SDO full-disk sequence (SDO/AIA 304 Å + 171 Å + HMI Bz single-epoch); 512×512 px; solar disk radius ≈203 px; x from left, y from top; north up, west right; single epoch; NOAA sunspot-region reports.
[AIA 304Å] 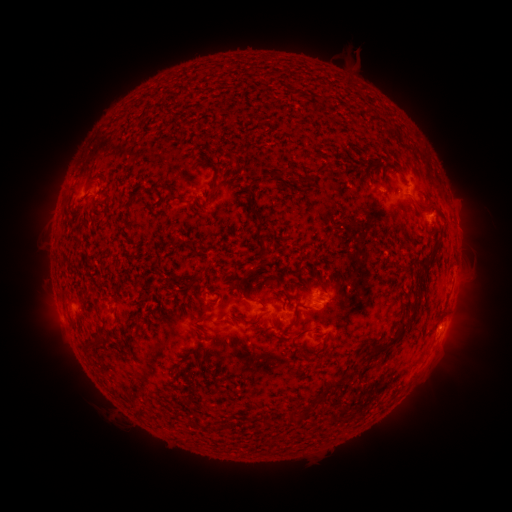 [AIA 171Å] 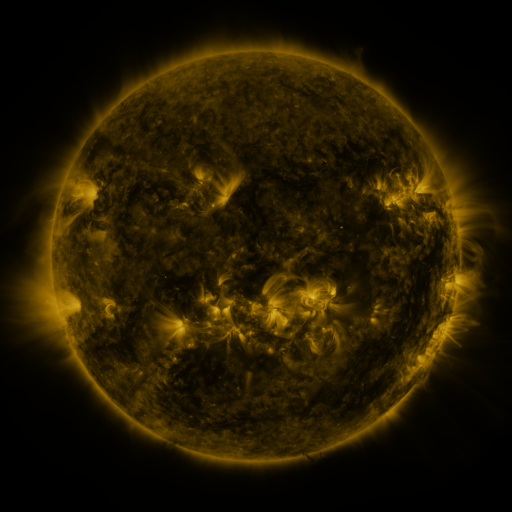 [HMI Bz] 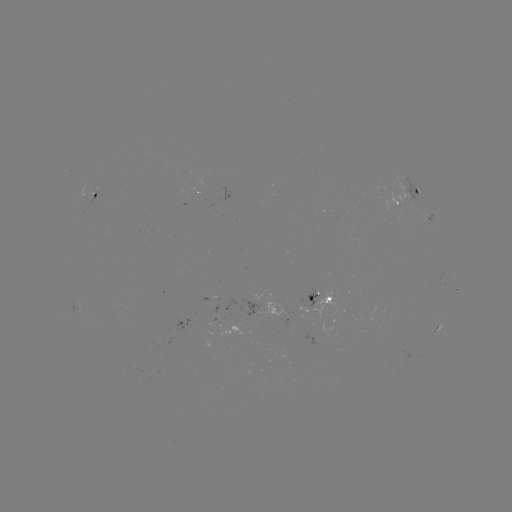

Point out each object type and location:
spotted active region: (96, 192)
spotted active region: (407, 200)
spotted active region: (318, 305)
spotted active region: (435, 334)
